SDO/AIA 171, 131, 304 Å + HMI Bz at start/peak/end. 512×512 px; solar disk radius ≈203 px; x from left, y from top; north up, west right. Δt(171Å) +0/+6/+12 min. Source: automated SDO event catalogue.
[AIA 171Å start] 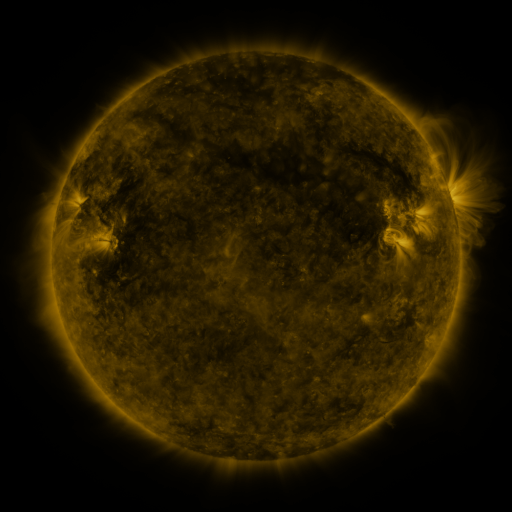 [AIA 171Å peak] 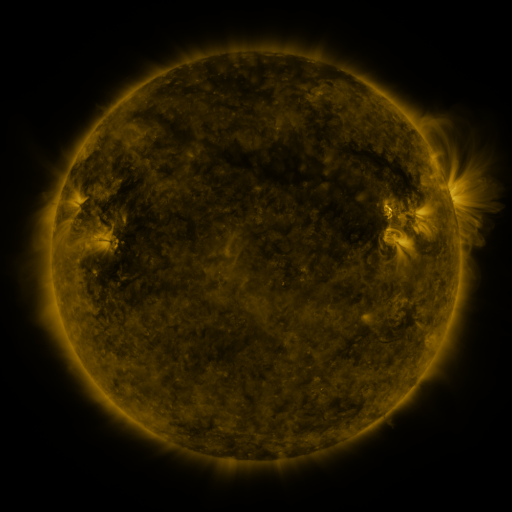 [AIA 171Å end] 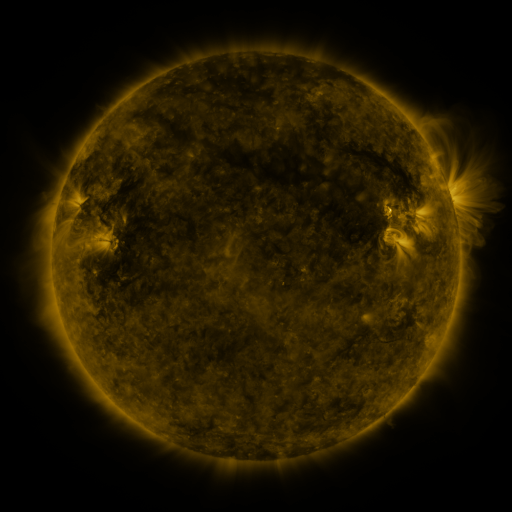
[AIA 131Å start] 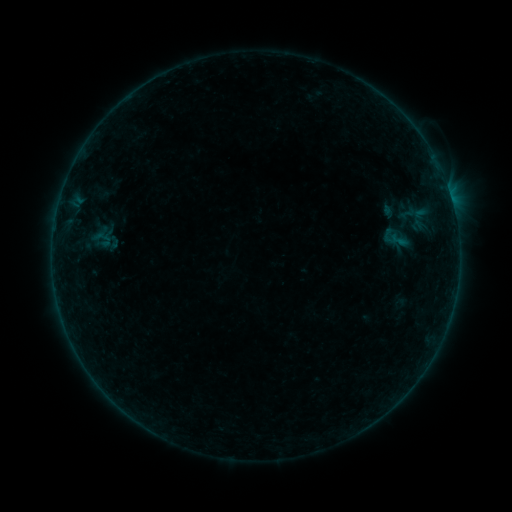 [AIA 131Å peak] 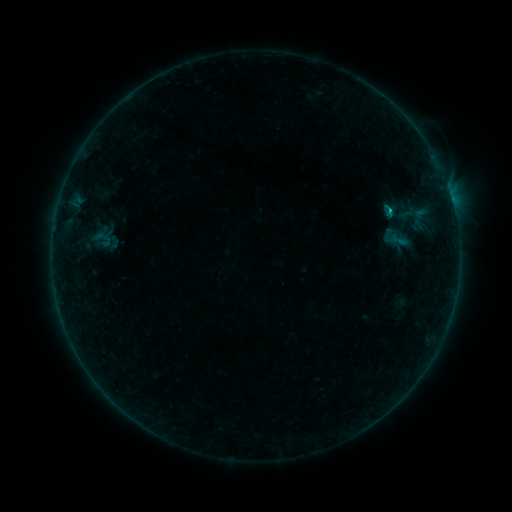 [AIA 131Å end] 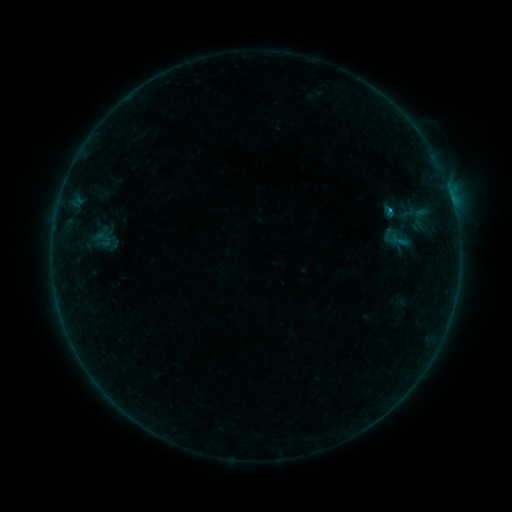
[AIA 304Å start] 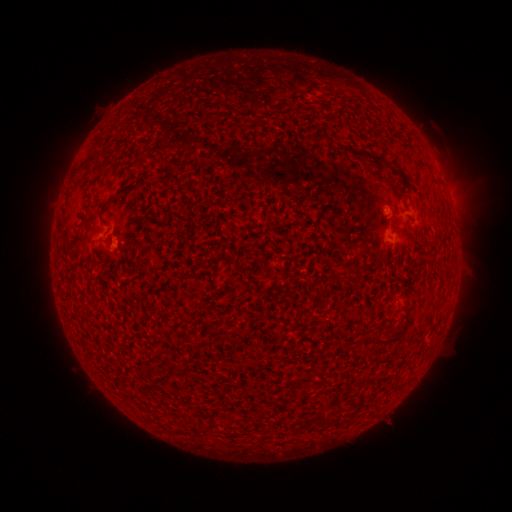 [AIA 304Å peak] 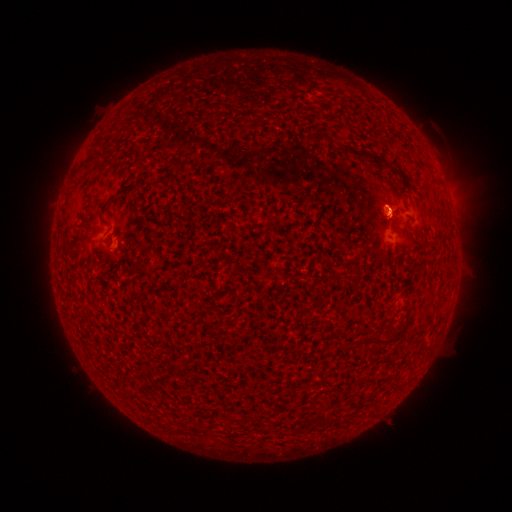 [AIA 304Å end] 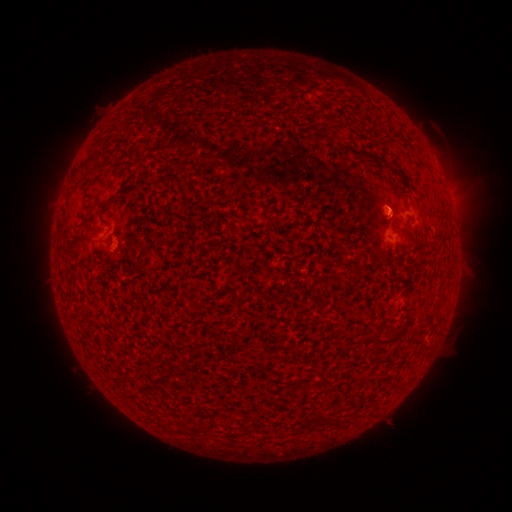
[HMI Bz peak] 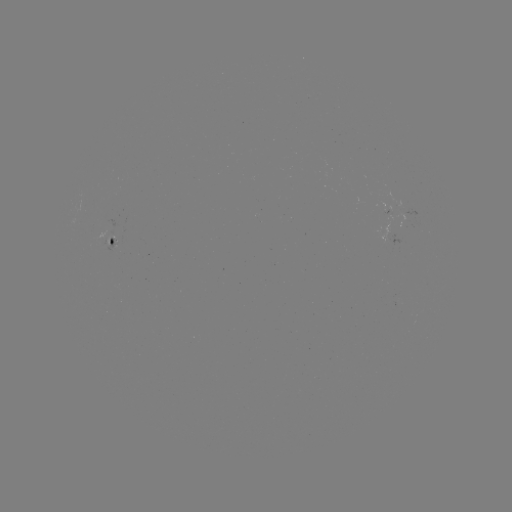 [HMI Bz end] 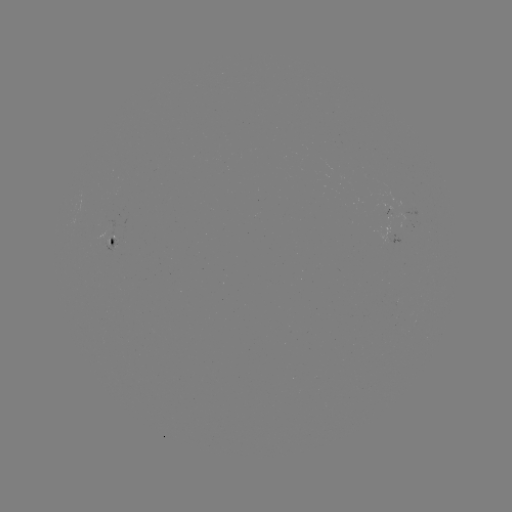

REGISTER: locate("B3.4 flare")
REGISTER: [388, 214]